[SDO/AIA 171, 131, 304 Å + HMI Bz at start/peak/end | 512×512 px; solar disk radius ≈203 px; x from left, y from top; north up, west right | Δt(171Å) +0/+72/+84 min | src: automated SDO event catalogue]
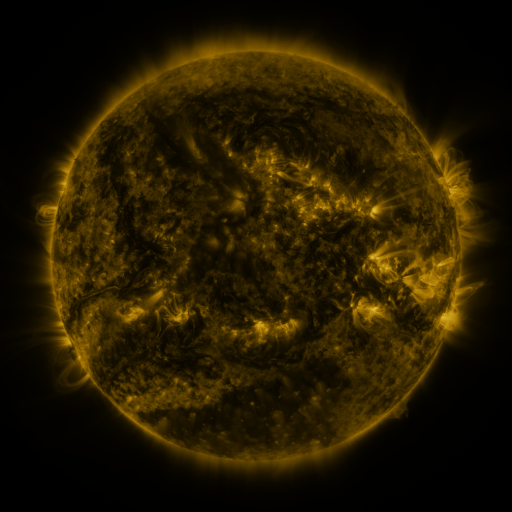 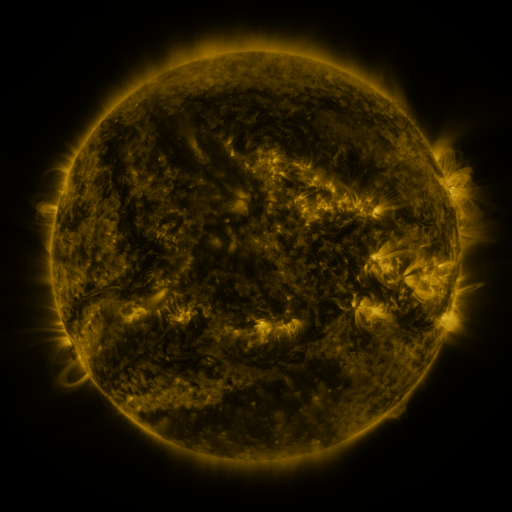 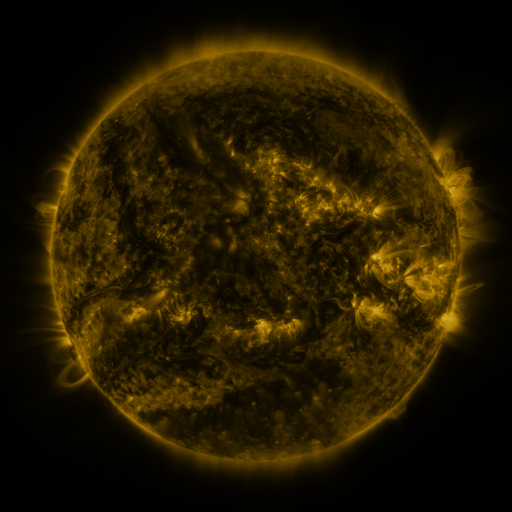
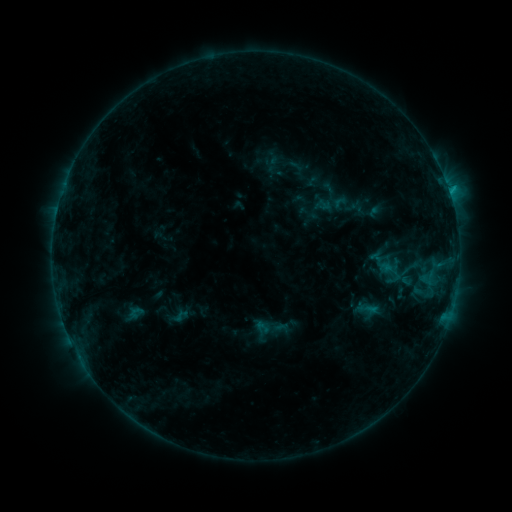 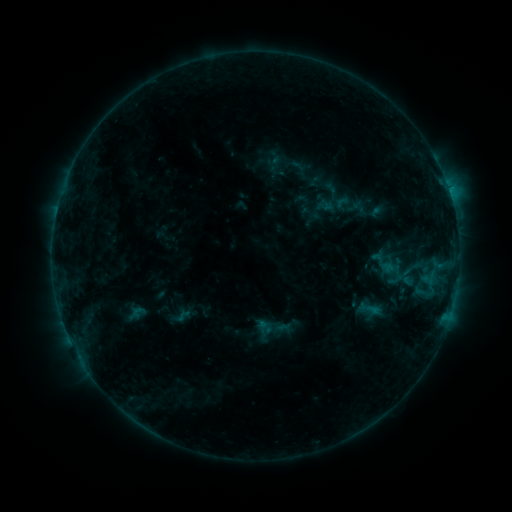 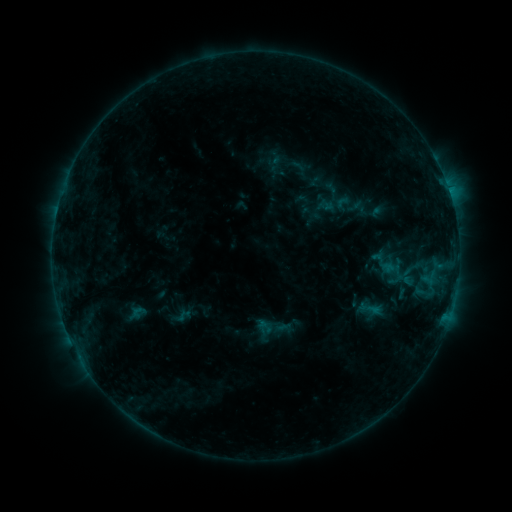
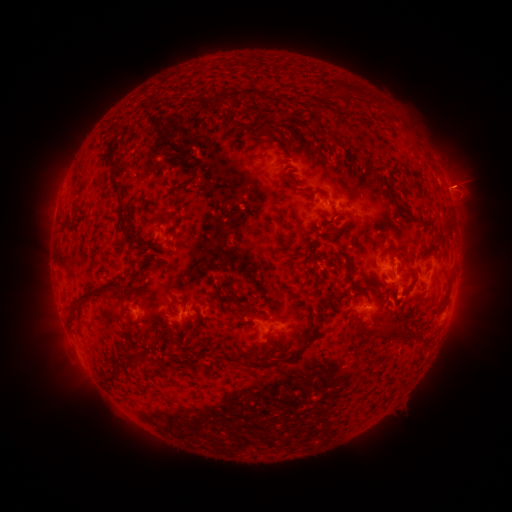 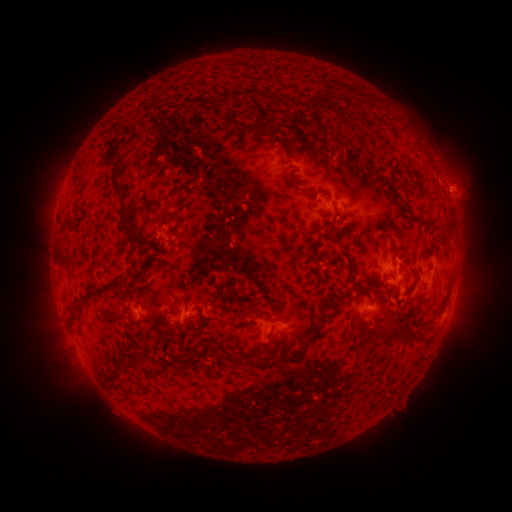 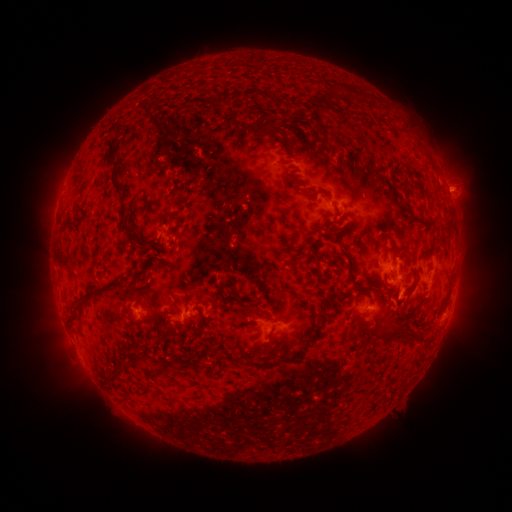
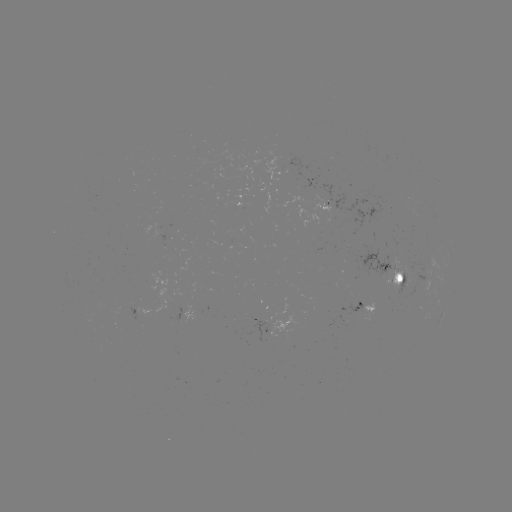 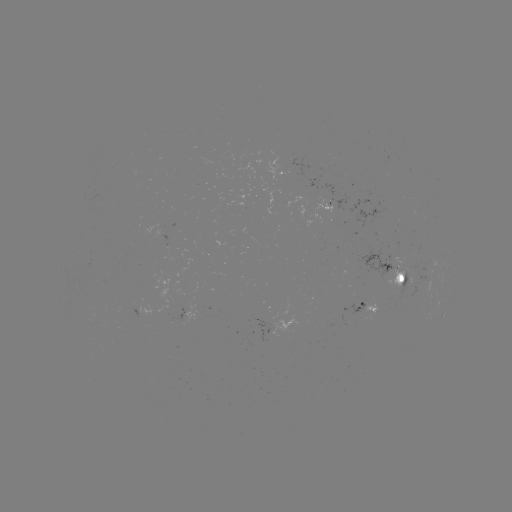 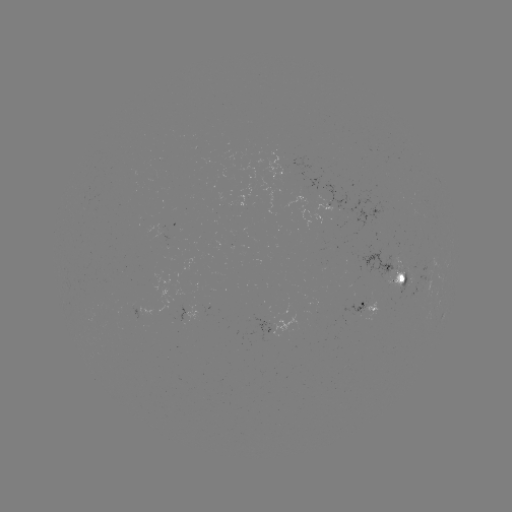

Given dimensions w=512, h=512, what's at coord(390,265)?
emerging-flux region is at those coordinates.